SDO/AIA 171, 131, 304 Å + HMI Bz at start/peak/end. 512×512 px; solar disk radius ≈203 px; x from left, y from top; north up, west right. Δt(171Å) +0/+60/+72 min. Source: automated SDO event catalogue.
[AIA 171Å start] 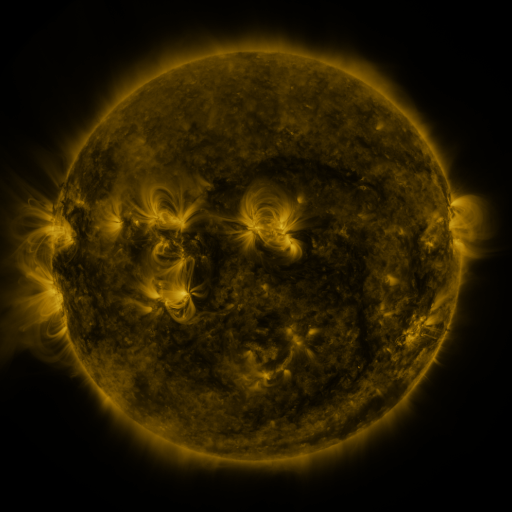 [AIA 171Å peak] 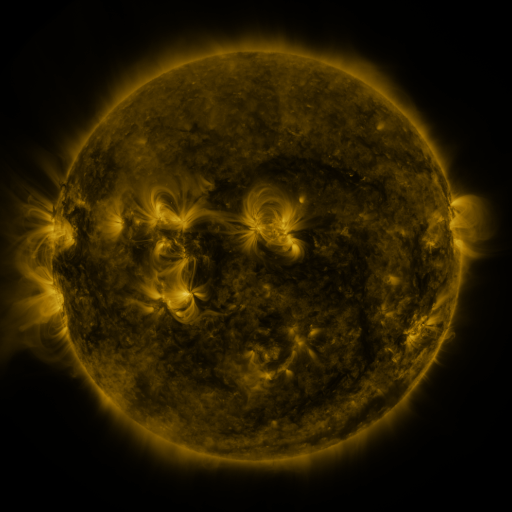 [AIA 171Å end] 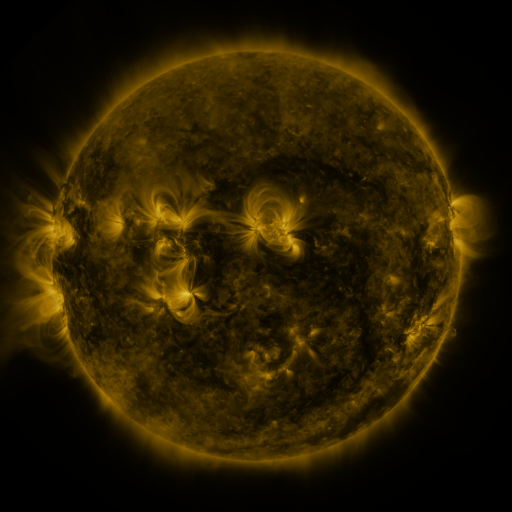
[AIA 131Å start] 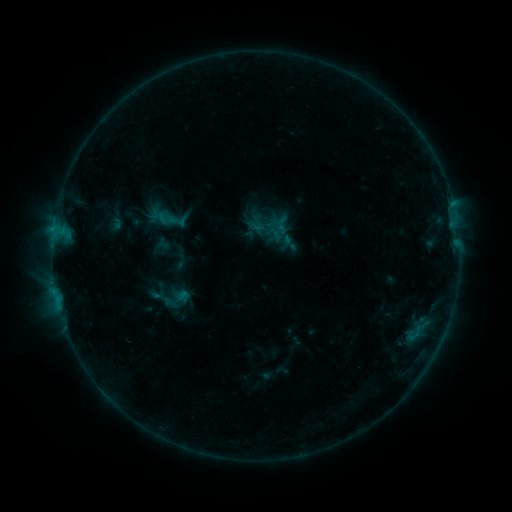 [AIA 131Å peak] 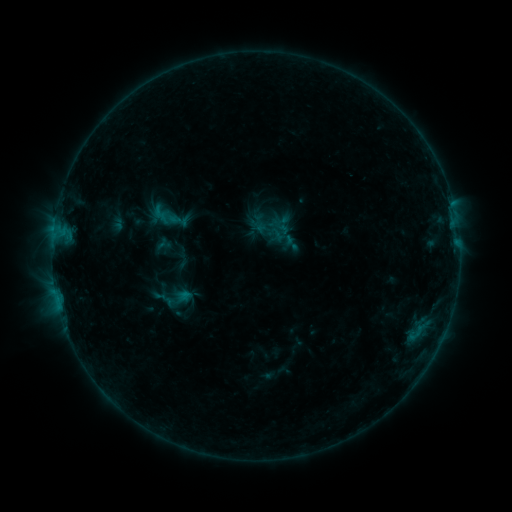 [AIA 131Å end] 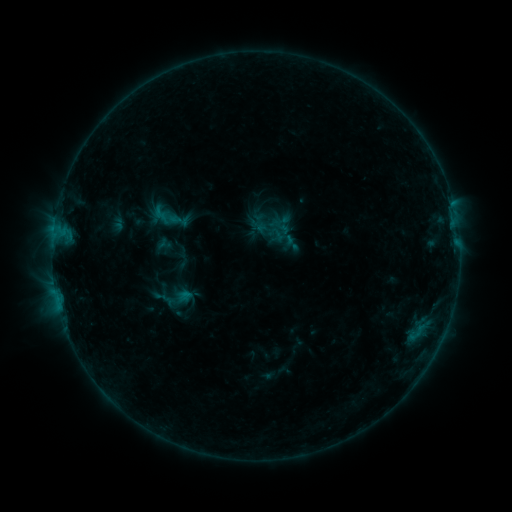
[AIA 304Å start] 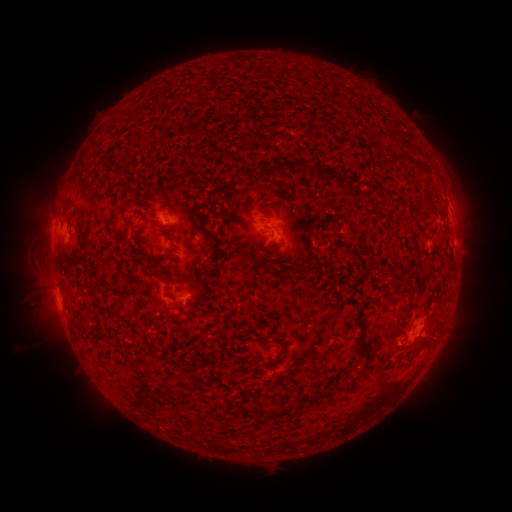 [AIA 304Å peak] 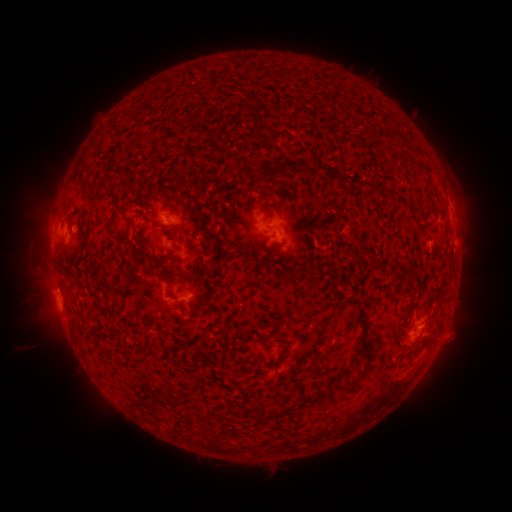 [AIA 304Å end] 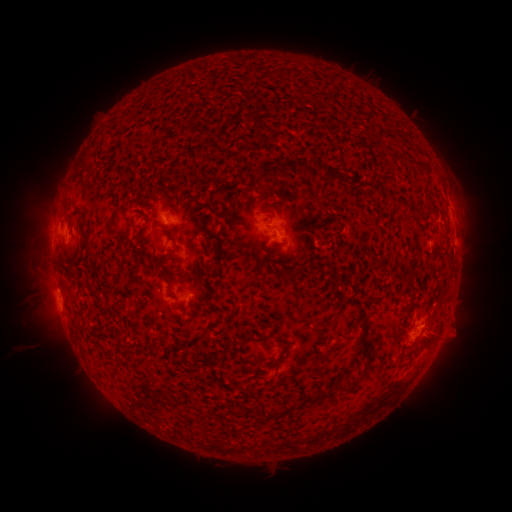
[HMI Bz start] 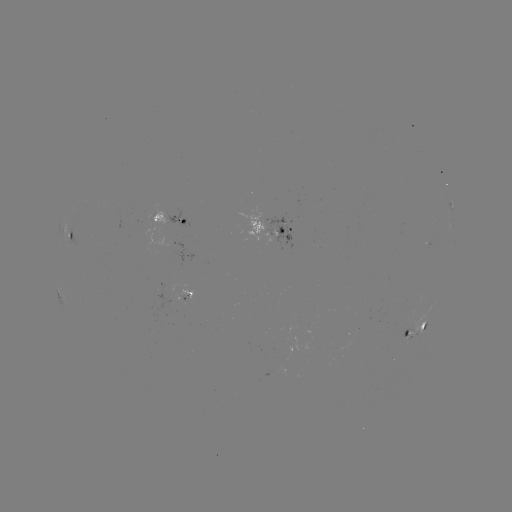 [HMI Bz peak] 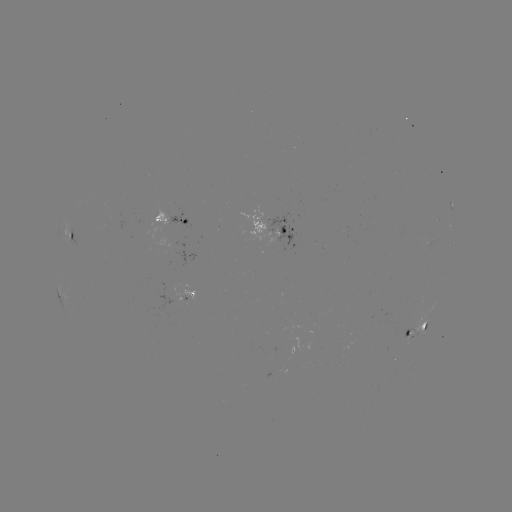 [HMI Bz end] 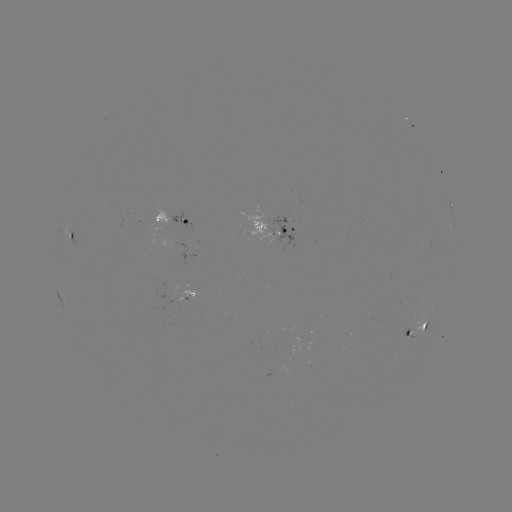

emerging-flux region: <bbox>402, 323, 413, 339</bbox>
